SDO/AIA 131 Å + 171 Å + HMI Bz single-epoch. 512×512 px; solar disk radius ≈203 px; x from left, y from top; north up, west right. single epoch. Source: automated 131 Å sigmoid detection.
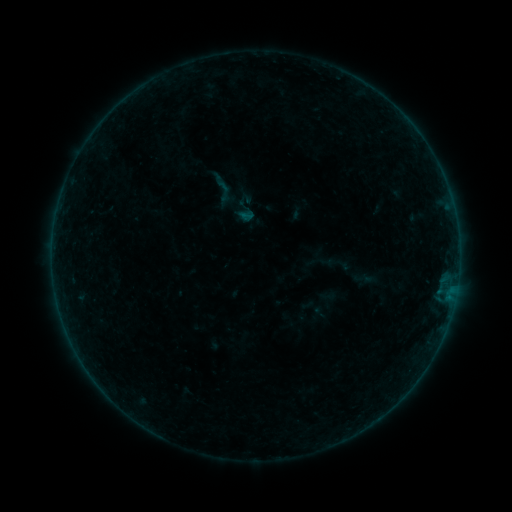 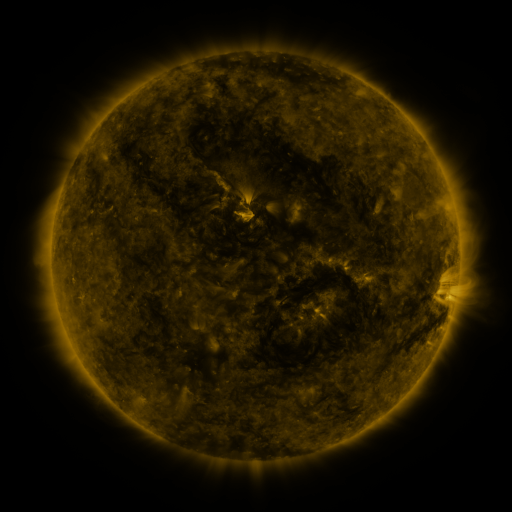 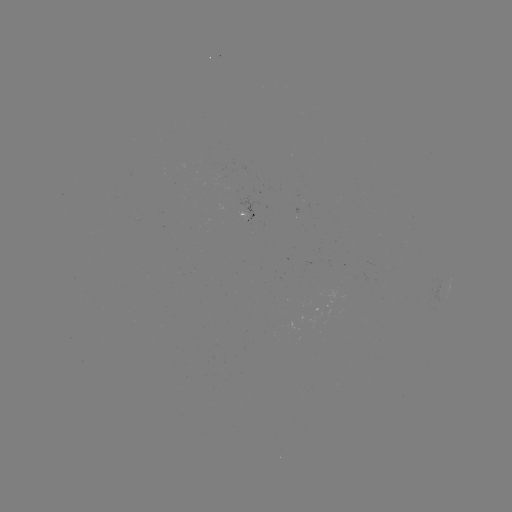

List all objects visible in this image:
sigmoid: (224, 192)
sigmoid: (245, 207)
